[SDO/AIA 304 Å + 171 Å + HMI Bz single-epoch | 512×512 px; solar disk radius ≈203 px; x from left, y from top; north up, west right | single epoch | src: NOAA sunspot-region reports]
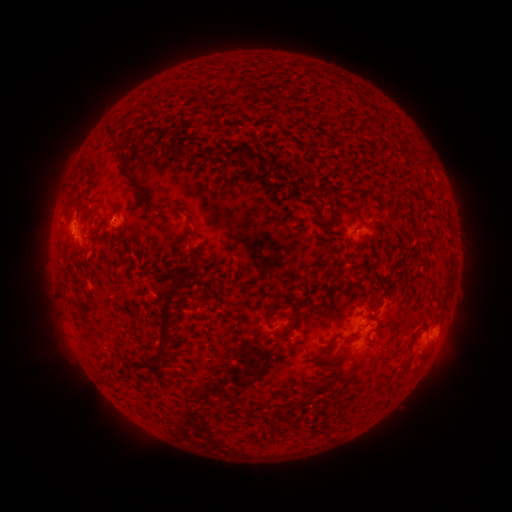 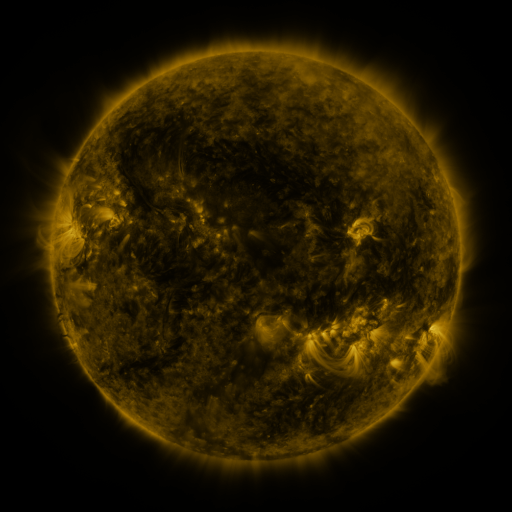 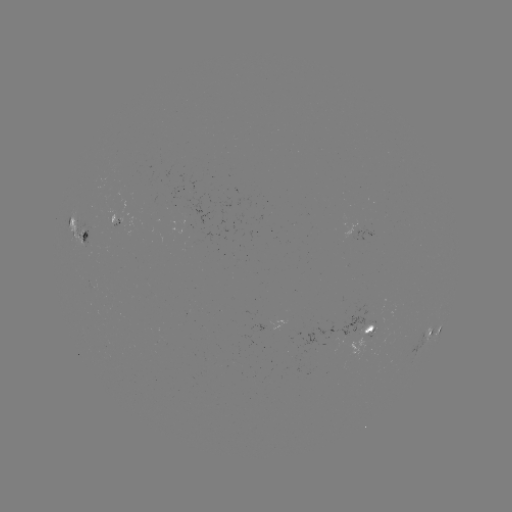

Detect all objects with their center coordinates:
spotted active region: (75, 231)
spotted active region: (361, 231)
spotted active region: (436, 326)
spotted active region: (368, 328)
